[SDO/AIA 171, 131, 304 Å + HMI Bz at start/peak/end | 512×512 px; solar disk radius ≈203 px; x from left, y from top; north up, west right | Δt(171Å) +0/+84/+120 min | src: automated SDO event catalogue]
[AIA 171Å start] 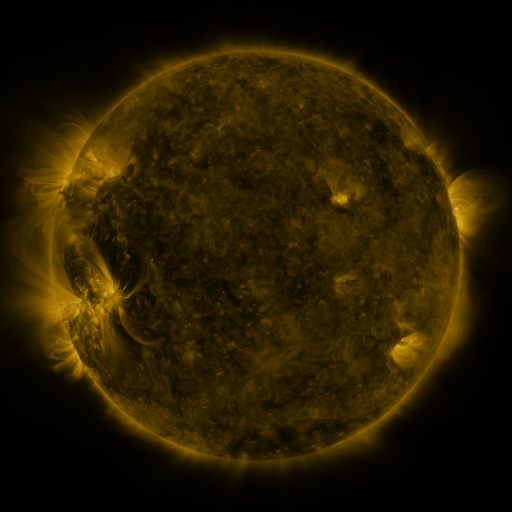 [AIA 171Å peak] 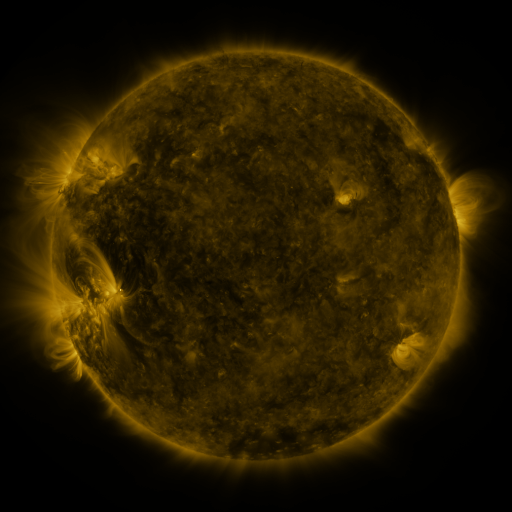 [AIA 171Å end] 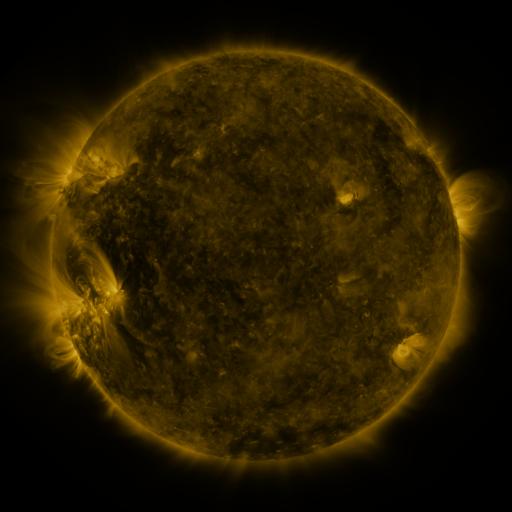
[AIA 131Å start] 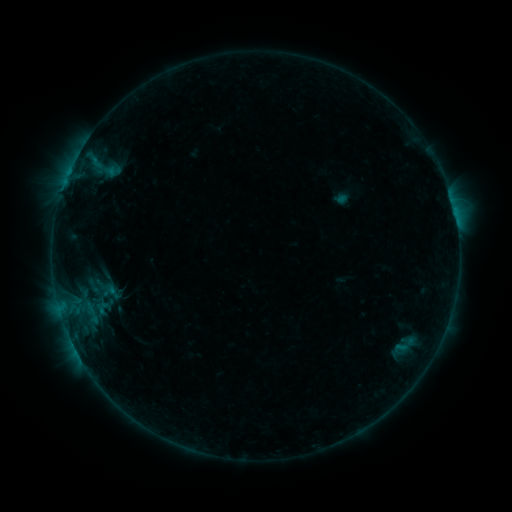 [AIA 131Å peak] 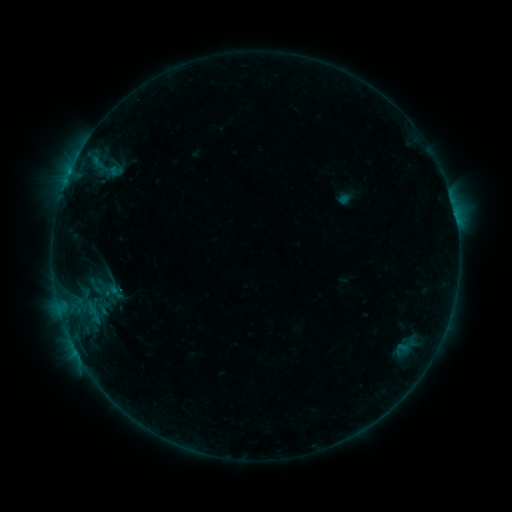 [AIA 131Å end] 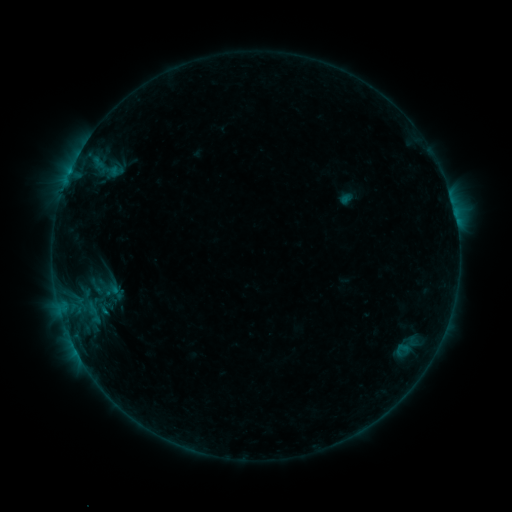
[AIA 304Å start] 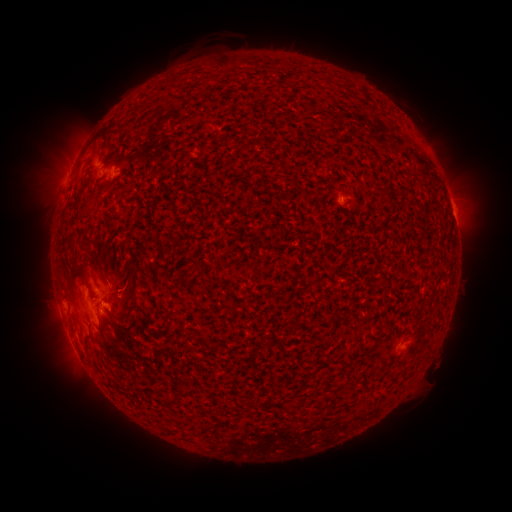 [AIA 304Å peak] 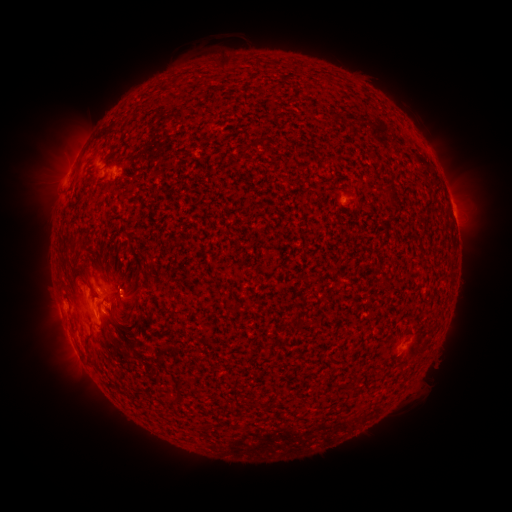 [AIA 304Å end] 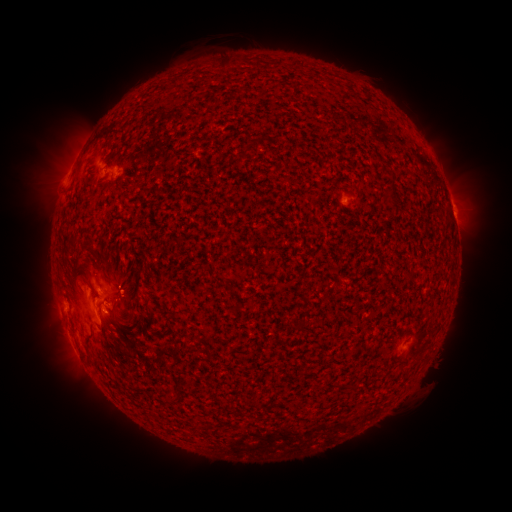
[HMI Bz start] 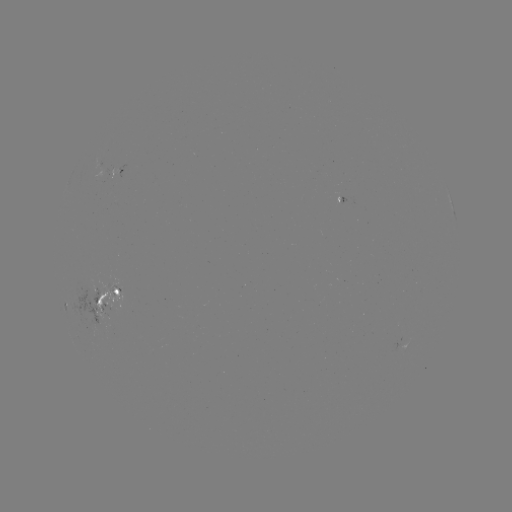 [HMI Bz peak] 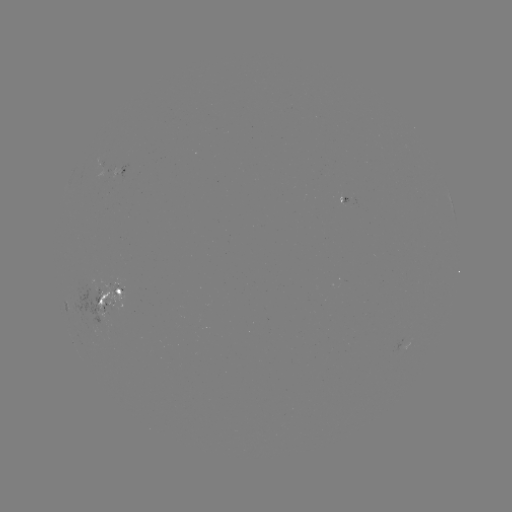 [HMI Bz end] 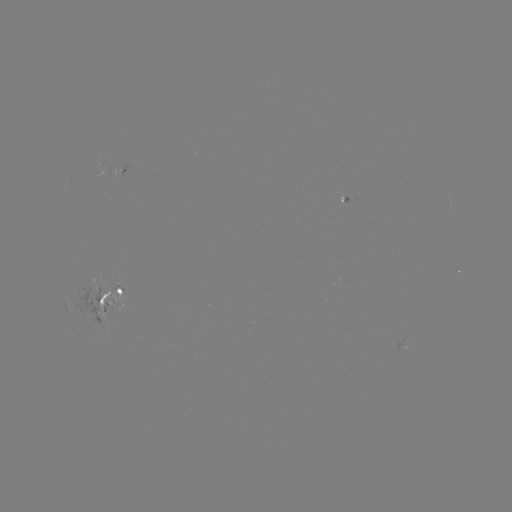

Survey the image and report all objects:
emerging-flux region: (105, 171)
